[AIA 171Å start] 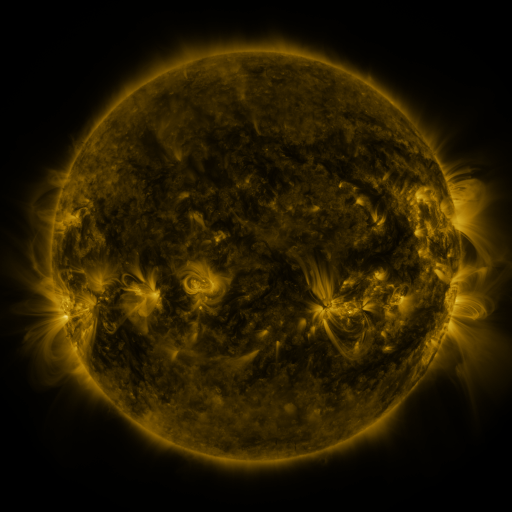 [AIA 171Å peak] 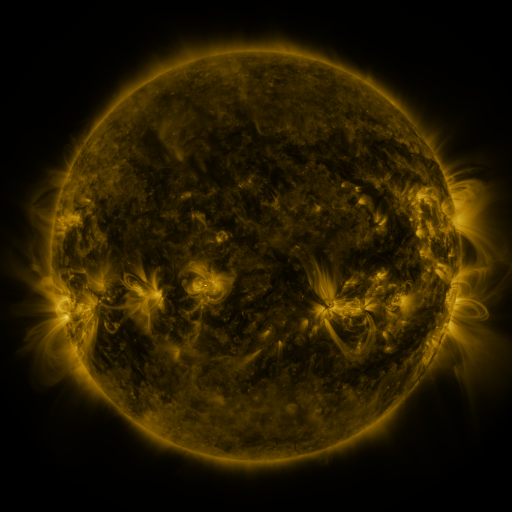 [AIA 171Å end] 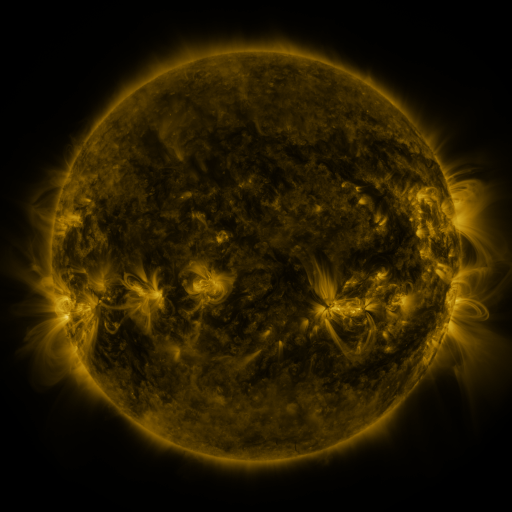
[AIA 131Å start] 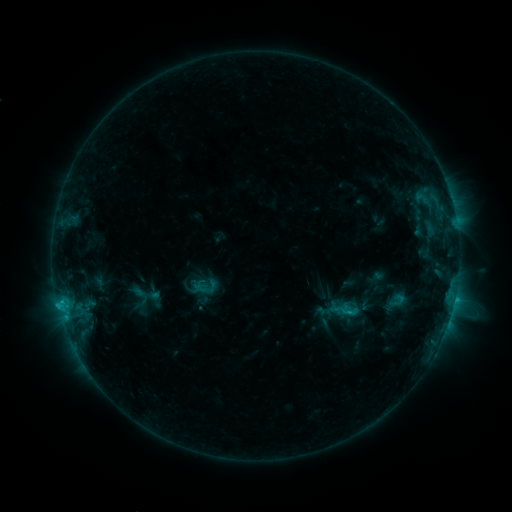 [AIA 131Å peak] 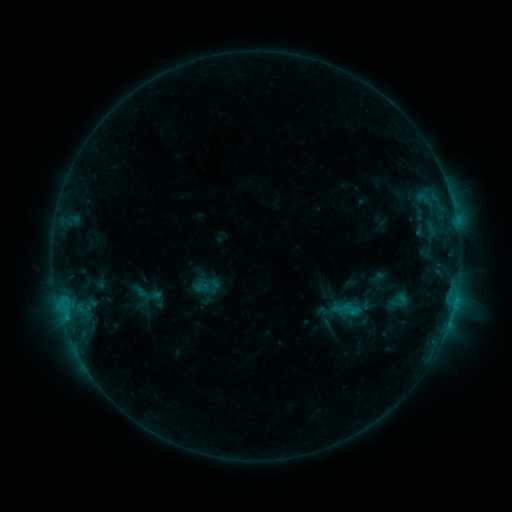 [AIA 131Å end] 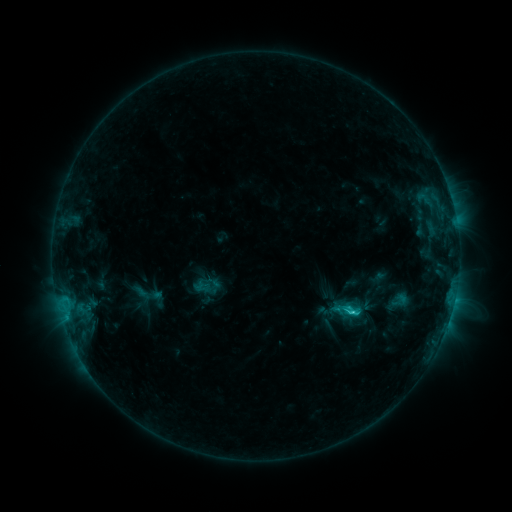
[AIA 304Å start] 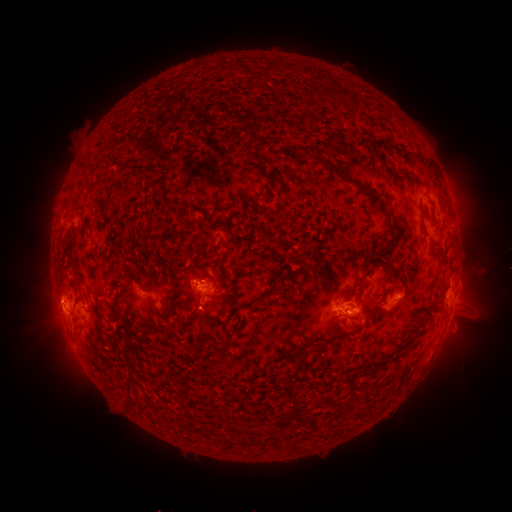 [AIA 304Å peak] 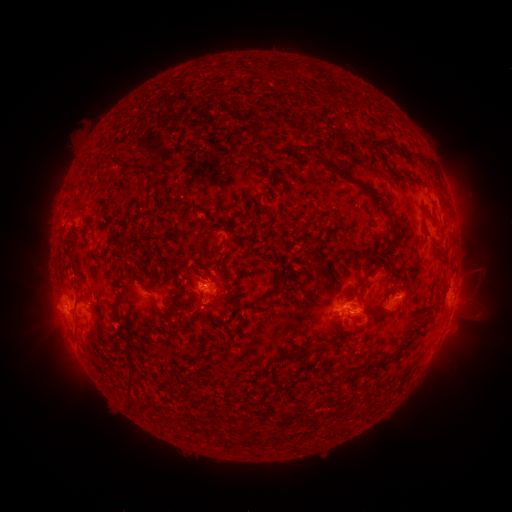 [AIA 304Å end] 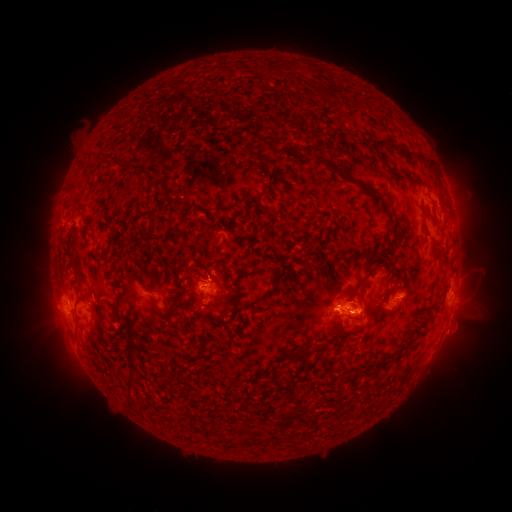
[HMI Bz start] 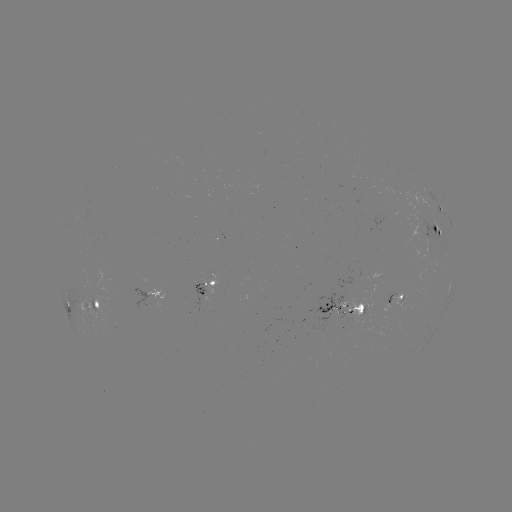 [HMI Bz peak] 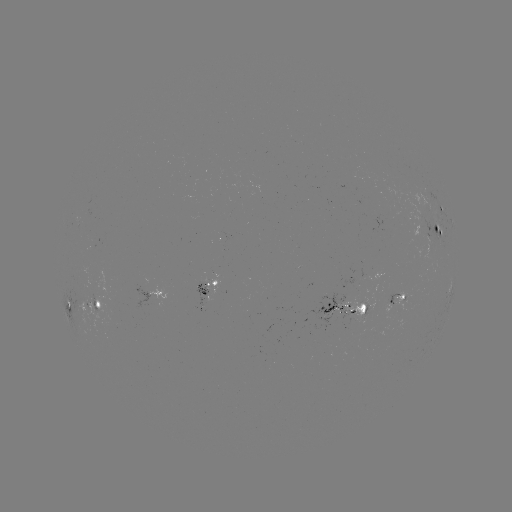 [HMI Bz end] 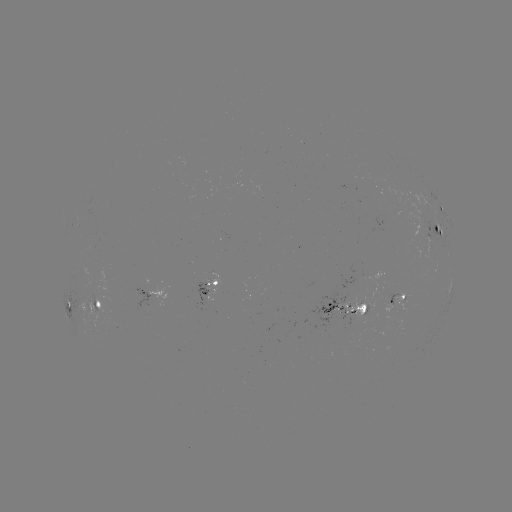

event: emerging-flux region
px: (202, 300)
